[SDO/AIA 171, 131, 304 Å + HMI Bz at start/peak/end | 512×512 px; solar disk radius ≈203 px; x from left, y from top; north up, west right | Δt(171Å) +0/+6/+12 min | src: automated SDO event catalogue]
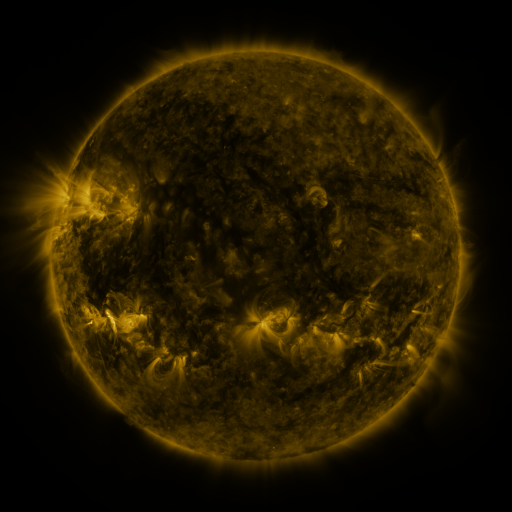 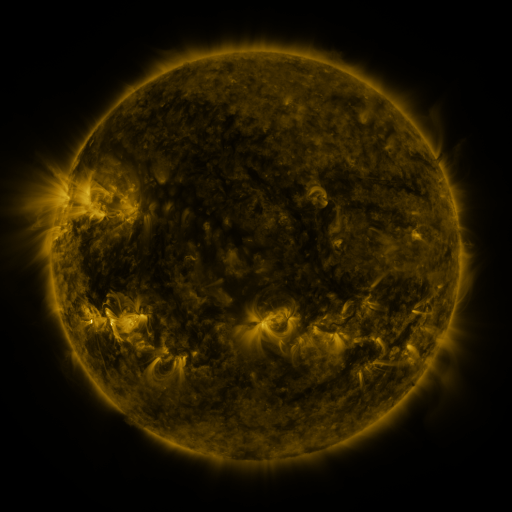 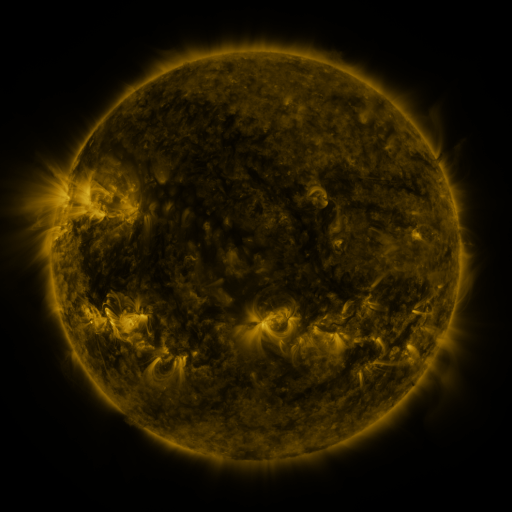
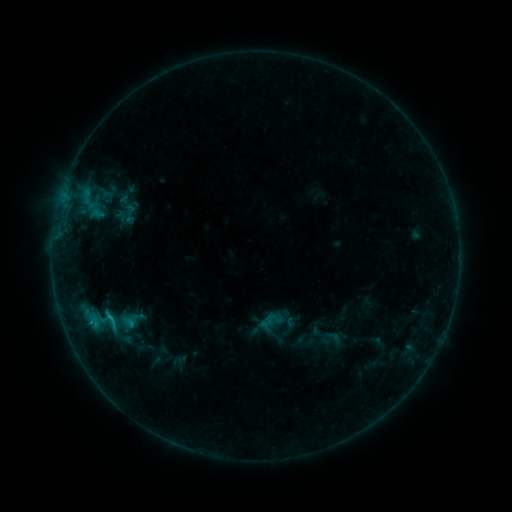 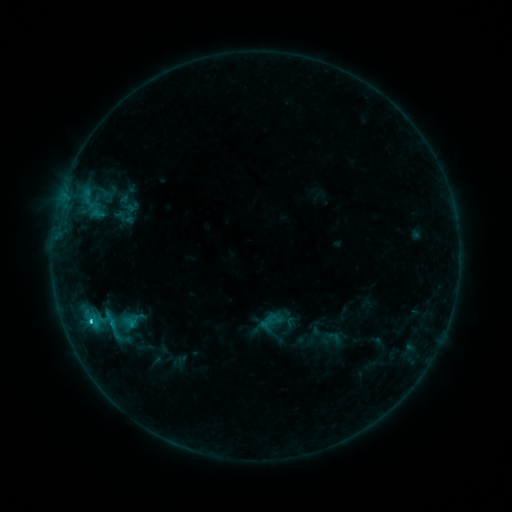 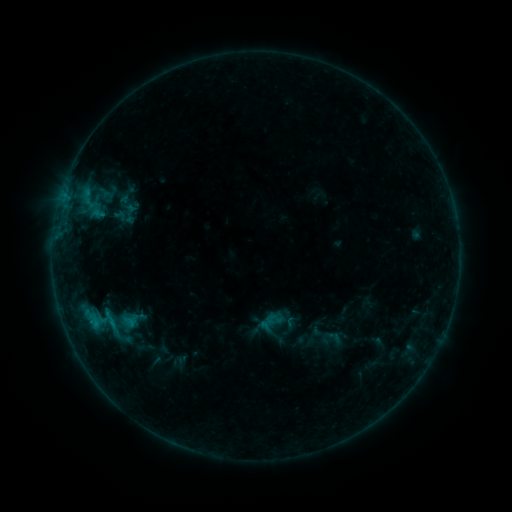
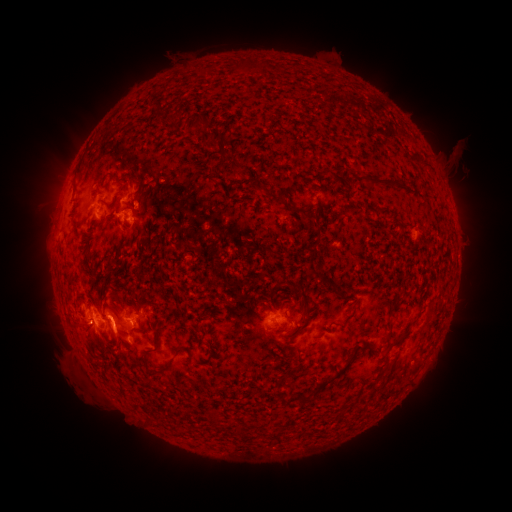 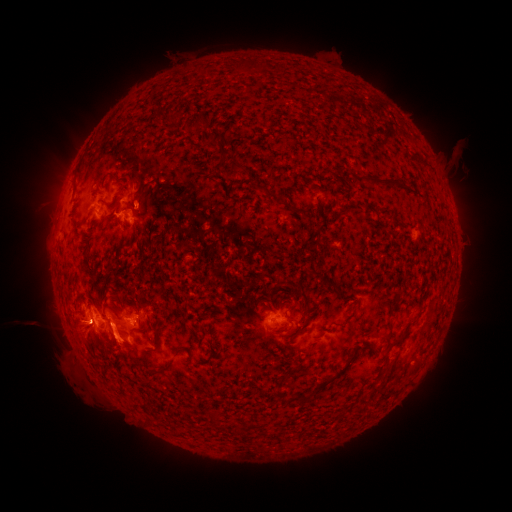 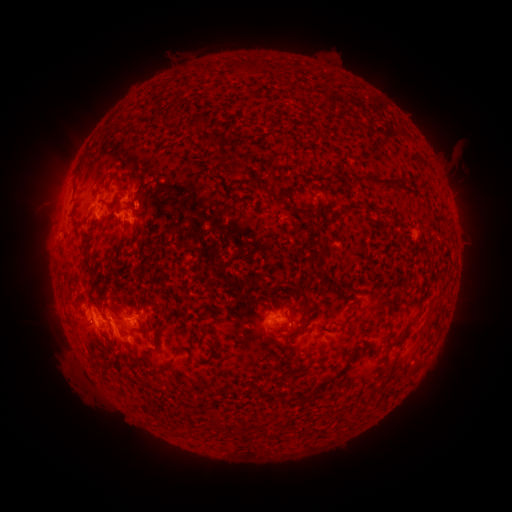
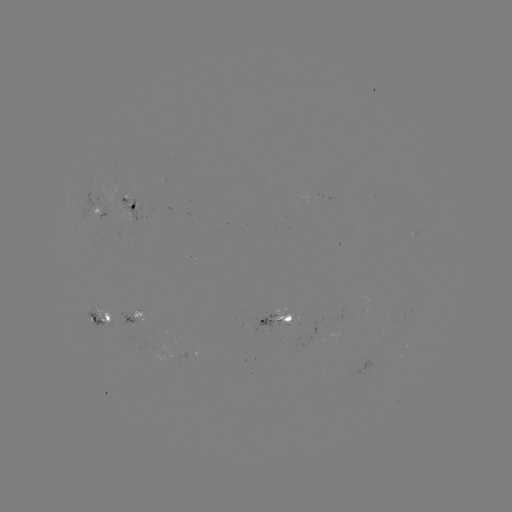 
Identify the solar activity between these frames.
C2.9 flare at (92, 320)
